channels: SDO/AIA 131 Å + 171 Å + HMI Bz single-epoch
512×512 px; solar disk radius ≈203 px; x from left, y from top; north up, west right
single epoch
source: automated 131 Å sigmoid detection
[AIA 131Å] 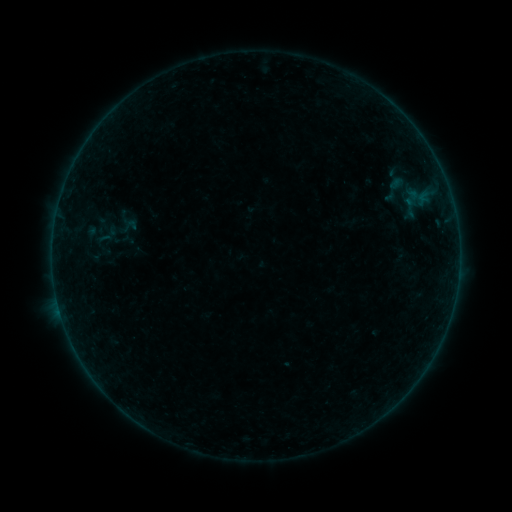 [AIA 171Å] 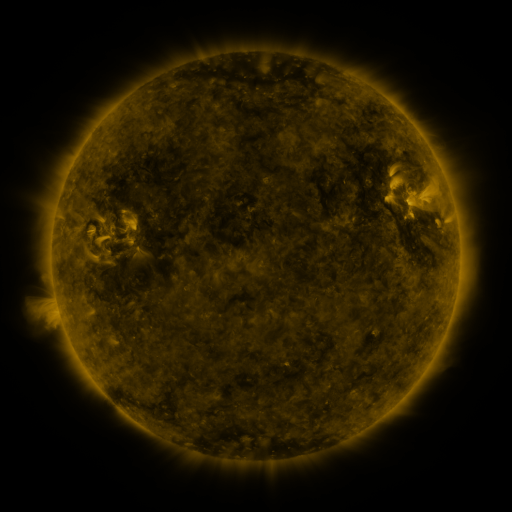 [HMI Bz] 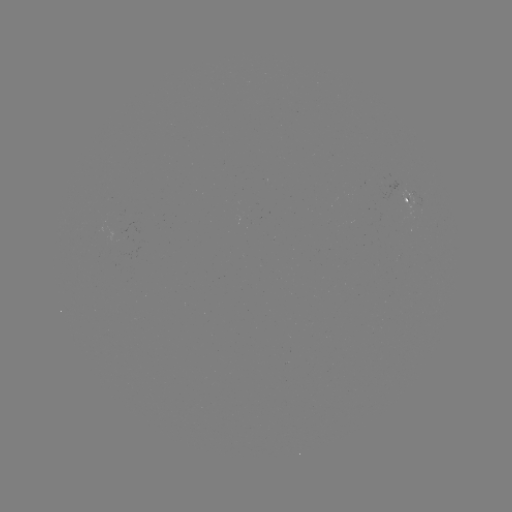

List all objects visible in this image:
sigmoid: (396, 189)
sigmoid: (106, 235)
